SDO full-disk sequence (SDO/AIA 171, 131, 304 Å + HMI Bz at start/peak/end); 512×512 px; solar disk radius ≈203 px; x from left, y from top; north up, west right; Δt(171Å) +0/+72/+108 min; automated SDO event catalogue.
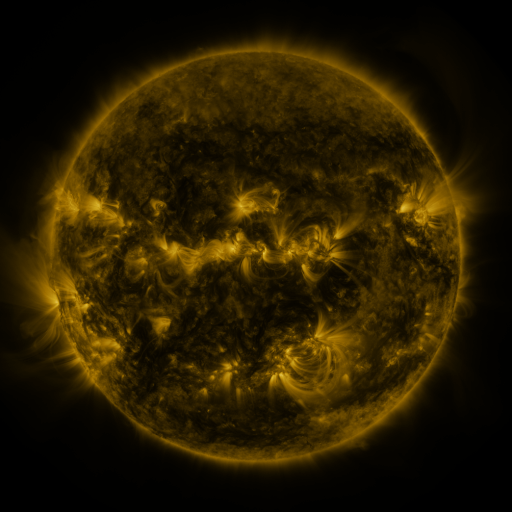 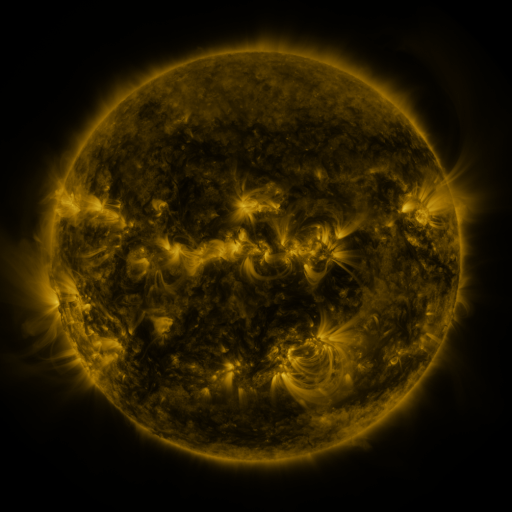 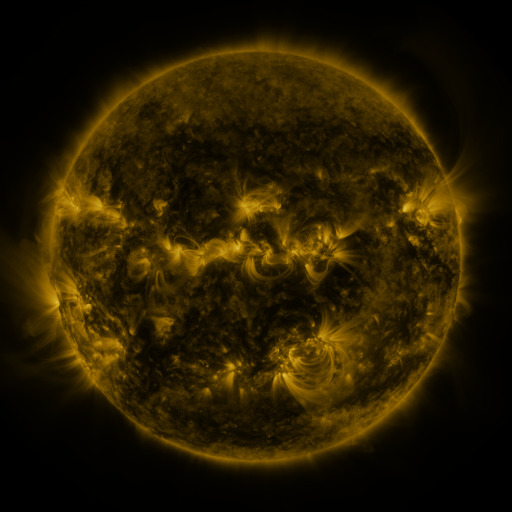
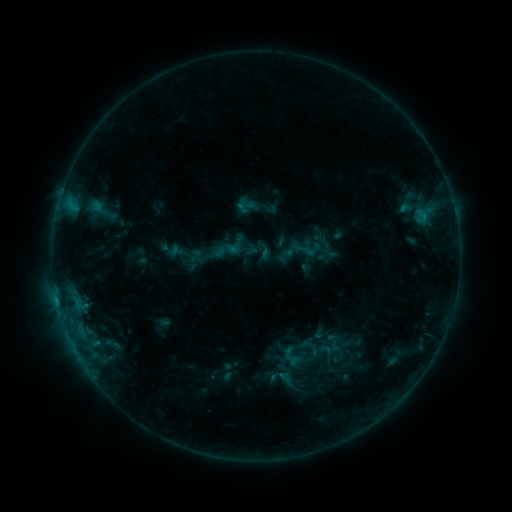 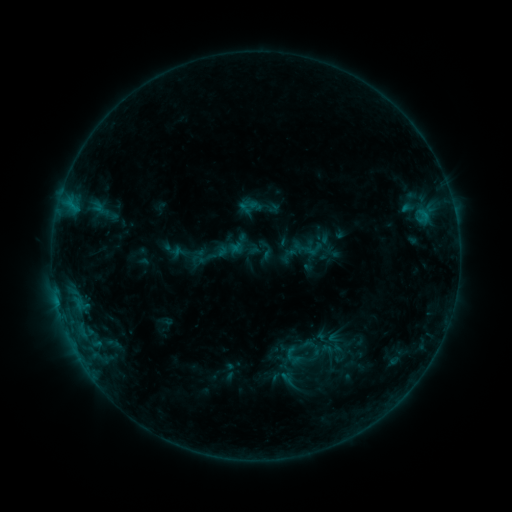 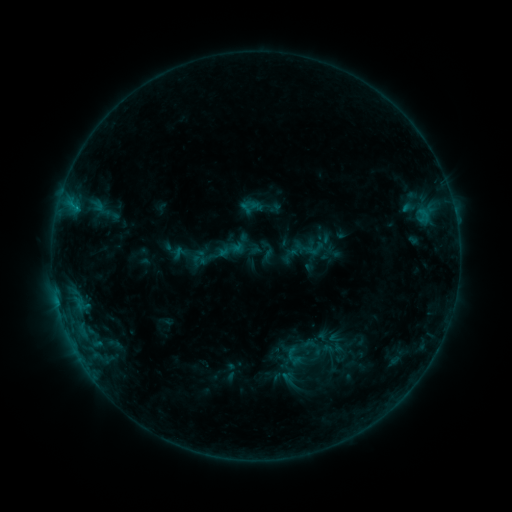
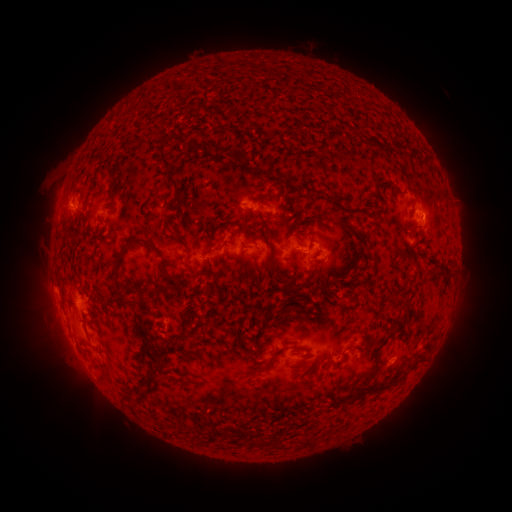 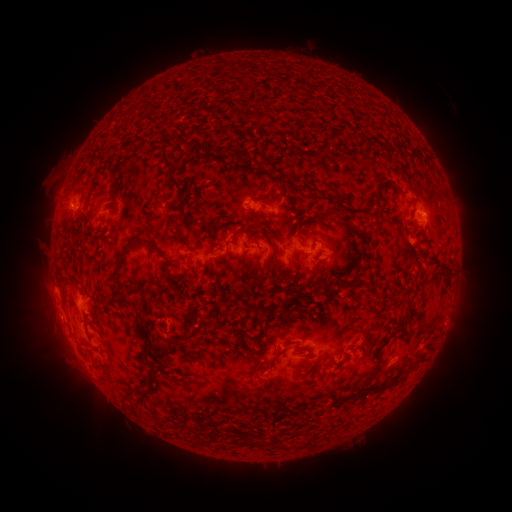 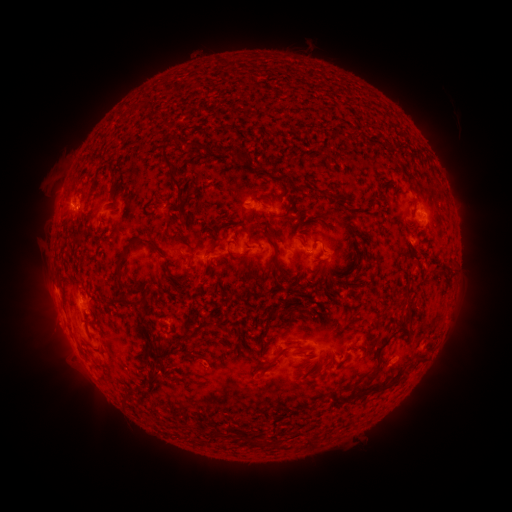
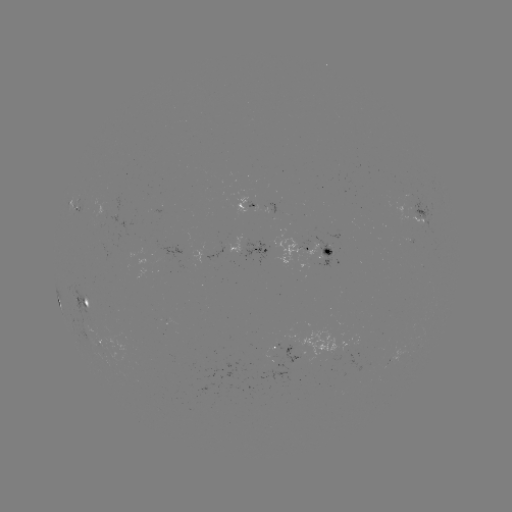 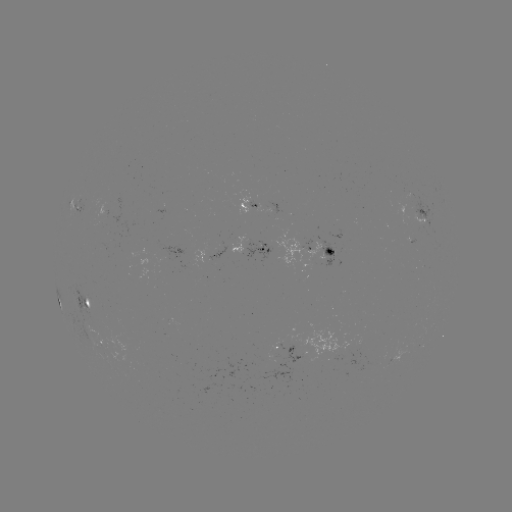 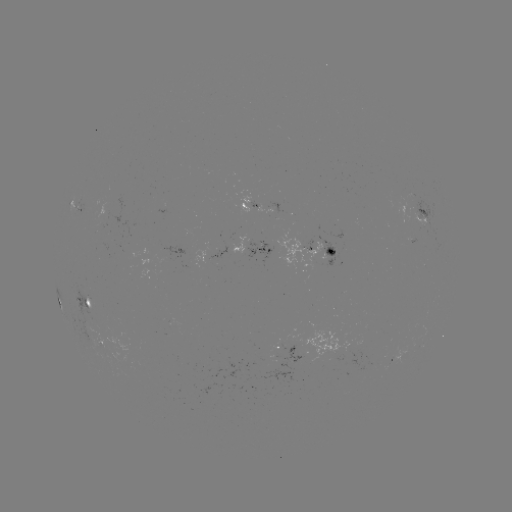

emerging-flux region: [93, 221, 106, 231]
